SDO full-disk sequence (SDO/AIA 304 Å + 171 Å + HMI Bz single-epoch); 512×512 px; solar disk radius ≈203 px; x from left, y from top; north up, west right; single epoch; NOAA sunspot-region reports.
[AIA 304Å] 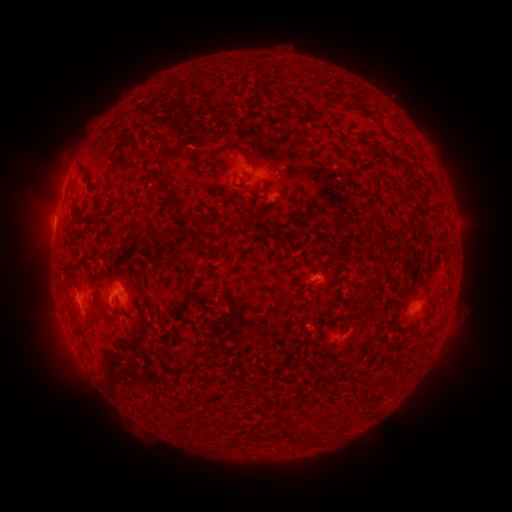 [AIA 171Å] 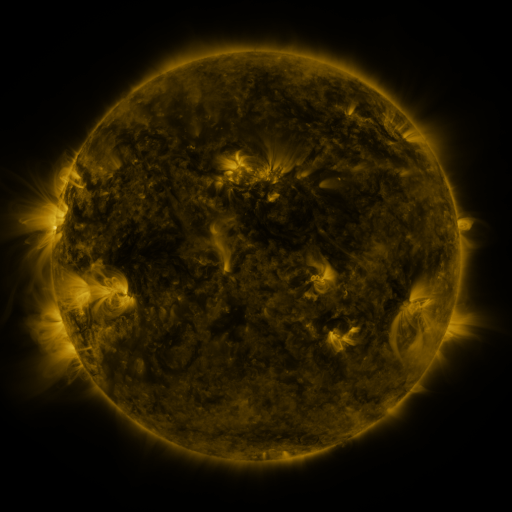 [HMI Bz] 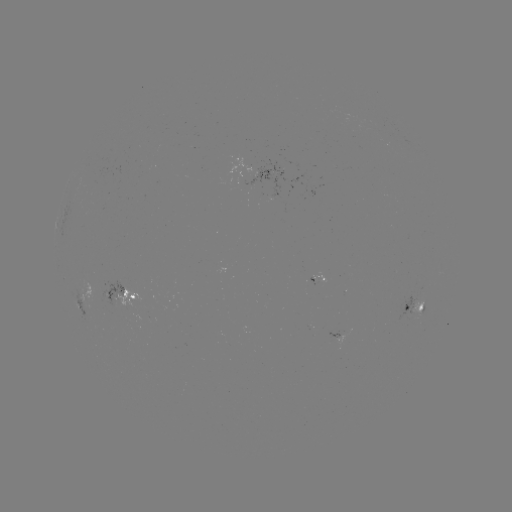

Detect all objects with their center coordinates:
spotted active region: (259, 172)
spotted active region: (279, 172)
spotted active region: (124, 293)
spotted active region: (84, 299)
spotted active region: (416, 304)
spotted active region: (337, 330)
